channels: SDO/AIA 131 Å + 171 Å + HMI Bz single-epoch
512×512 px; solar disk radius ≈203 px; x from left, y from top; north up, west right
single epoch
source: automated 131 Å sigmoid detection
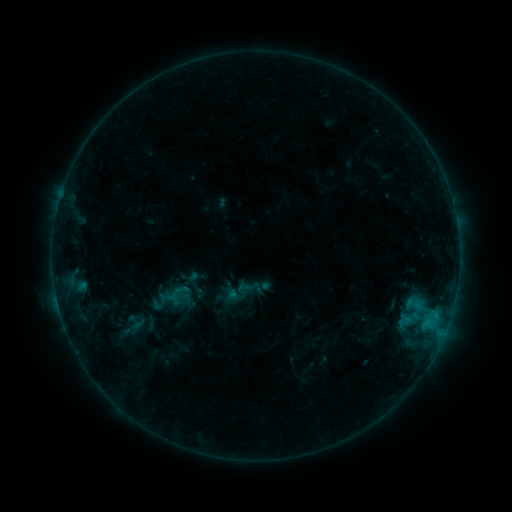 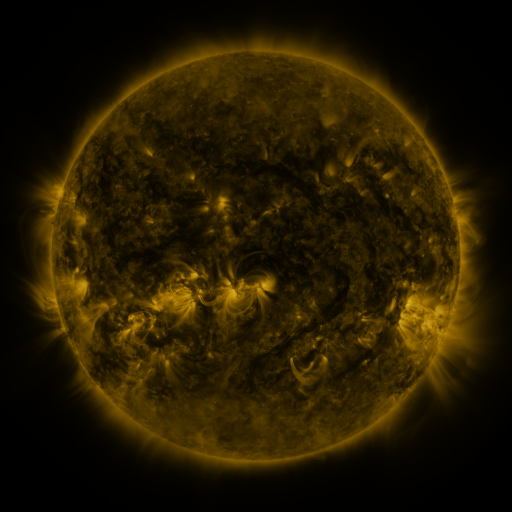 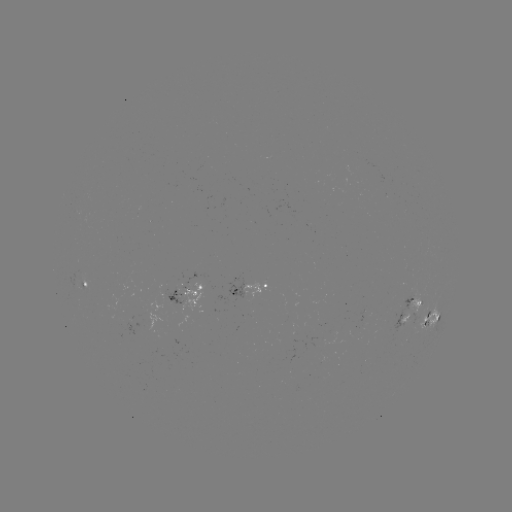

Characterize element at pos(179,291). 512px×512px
sigmoid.